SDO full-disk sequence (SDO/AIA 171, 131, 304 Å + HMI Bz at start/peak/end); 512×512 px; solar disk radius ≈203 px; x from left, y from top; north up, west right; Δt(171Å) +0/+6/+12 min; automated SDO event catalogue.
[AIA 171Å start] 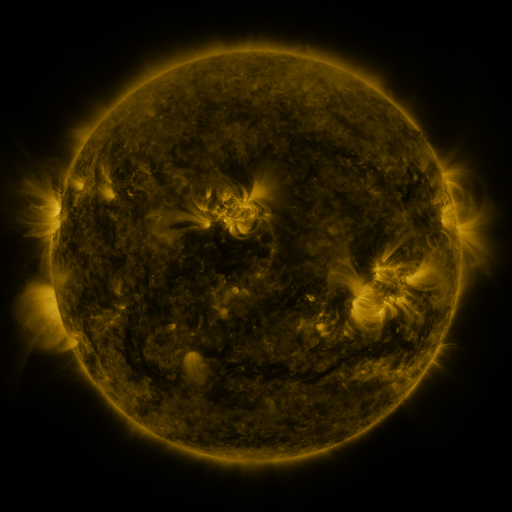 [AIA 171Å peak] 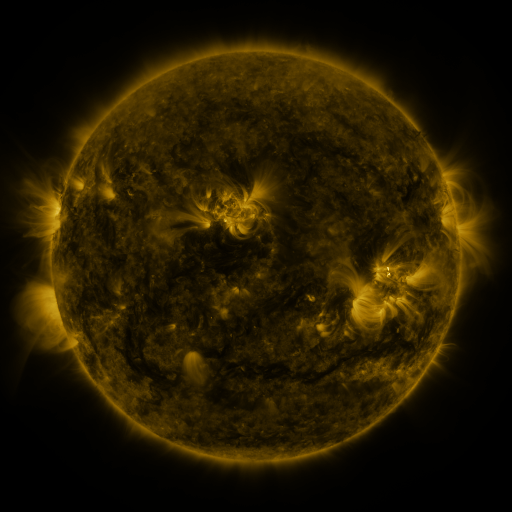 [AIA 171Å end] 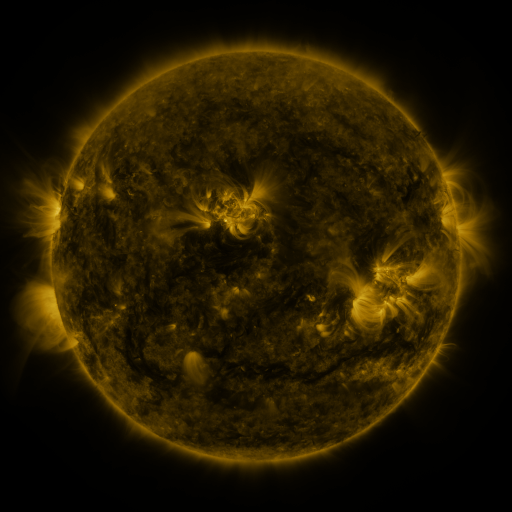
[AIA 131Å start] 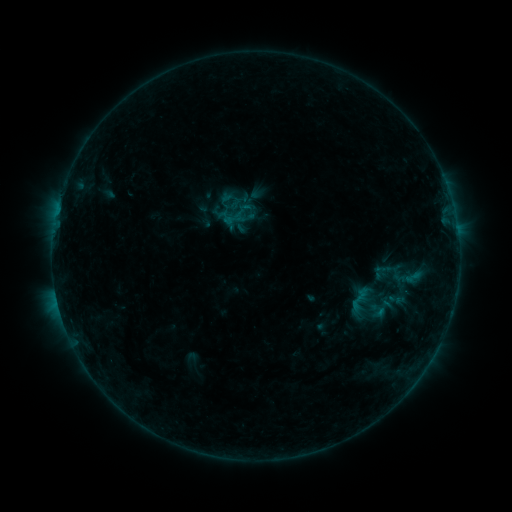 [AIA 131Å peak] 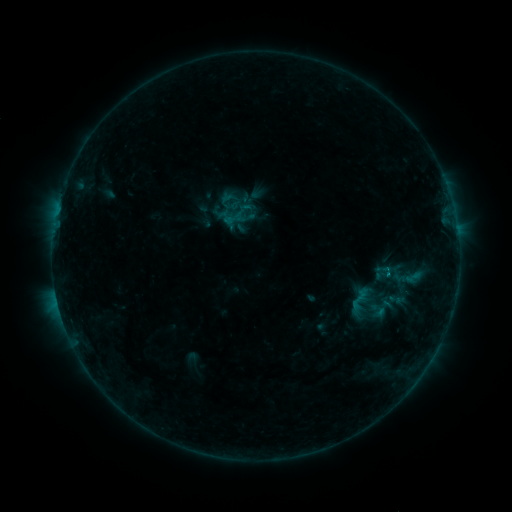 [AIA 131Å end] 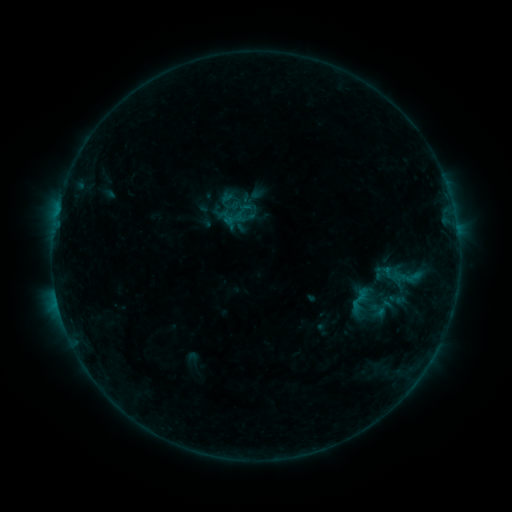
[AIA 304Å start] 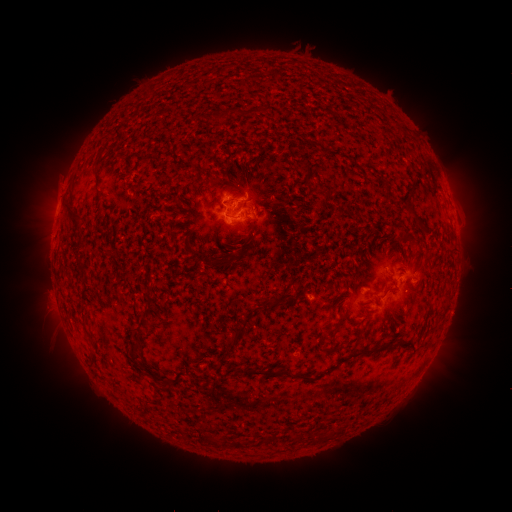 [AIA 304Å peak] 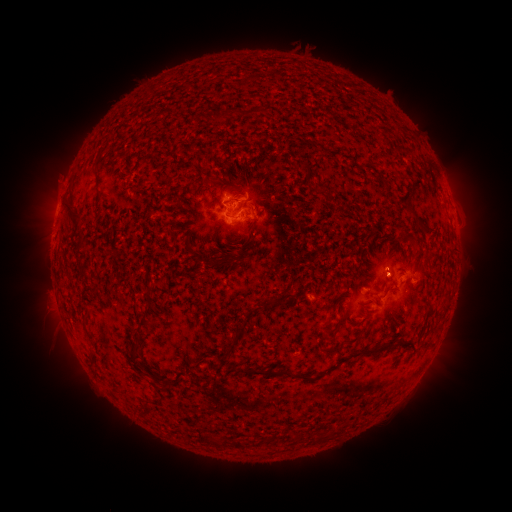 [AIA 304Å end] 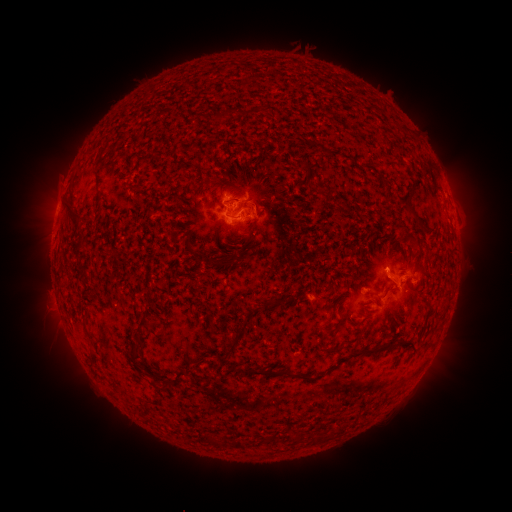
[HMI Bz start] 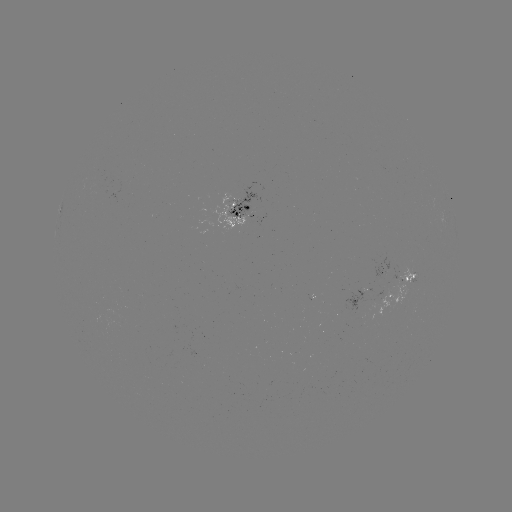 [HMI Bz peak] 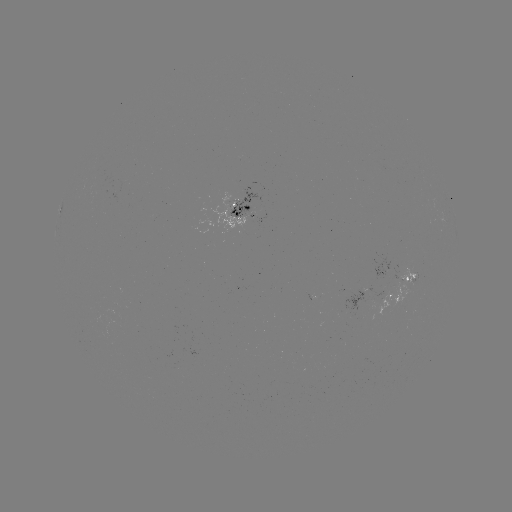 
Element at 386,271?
B3.9 flare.